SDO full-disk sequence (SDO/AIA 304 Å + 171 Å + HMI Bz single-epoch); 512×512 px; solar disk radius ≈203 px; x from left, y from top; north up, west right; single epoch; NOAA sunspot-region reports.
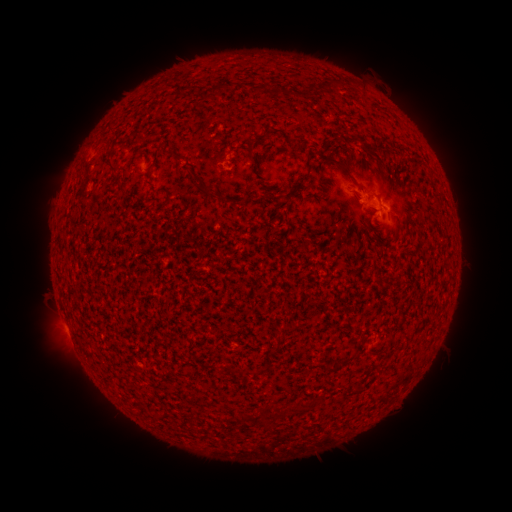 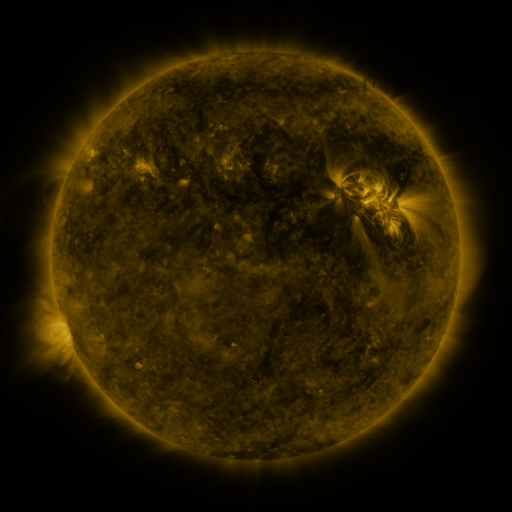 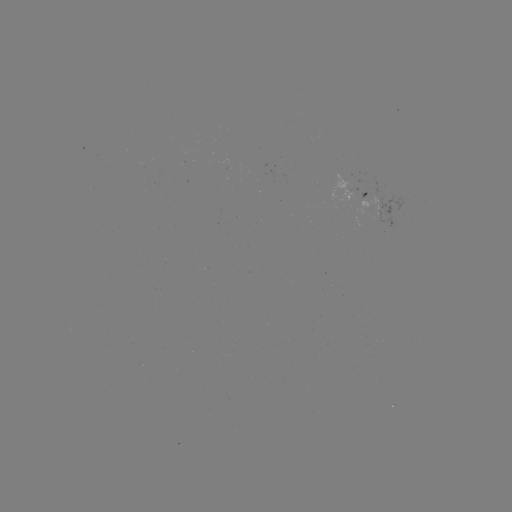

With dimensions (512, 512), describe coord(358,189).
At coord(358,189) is spotted active region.